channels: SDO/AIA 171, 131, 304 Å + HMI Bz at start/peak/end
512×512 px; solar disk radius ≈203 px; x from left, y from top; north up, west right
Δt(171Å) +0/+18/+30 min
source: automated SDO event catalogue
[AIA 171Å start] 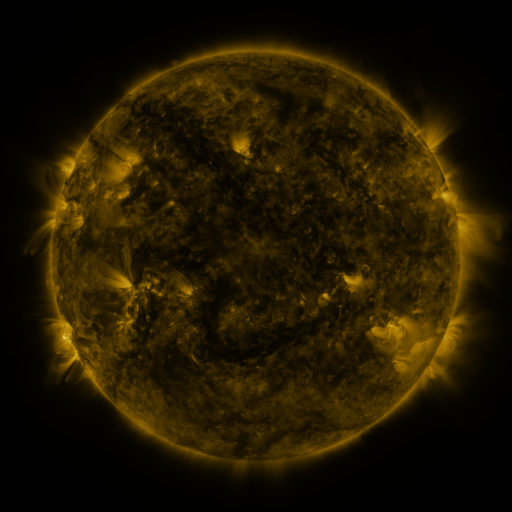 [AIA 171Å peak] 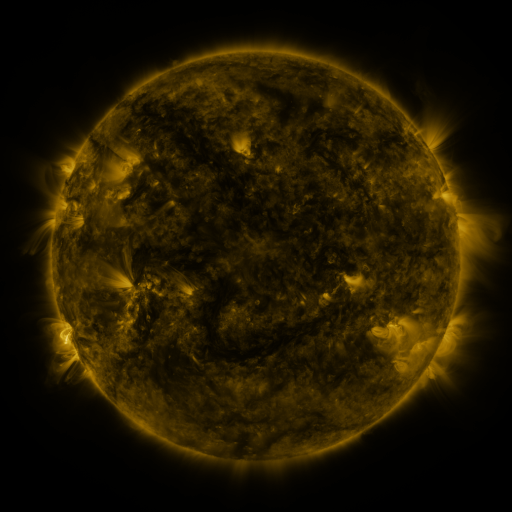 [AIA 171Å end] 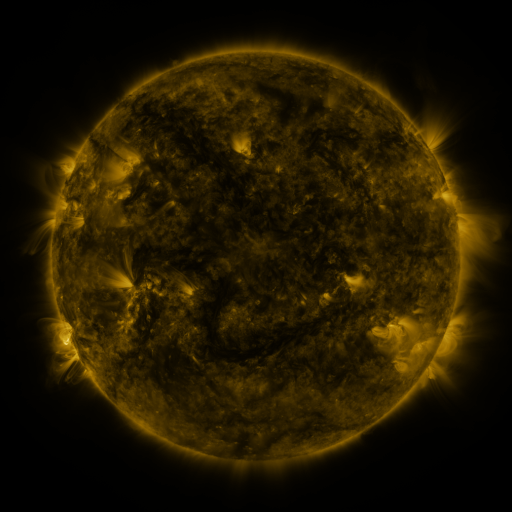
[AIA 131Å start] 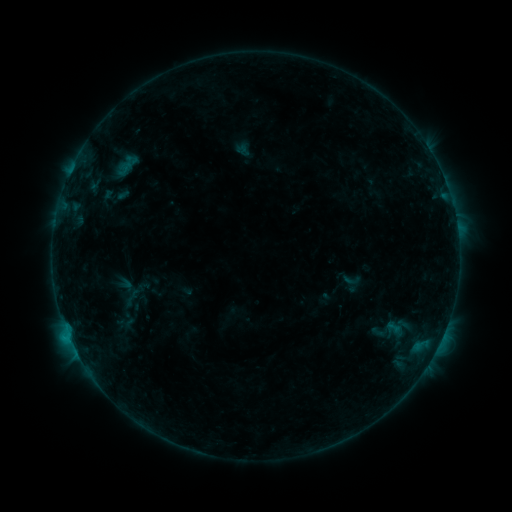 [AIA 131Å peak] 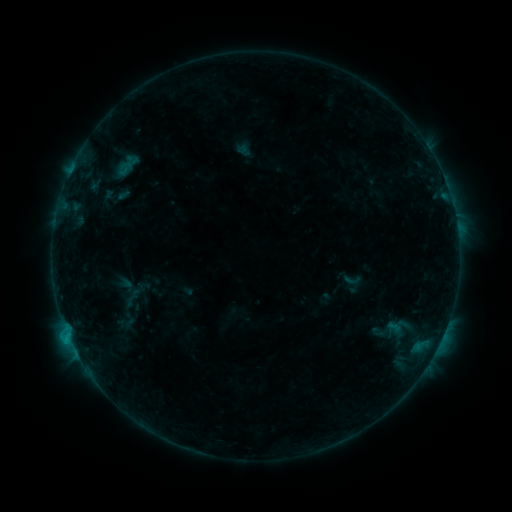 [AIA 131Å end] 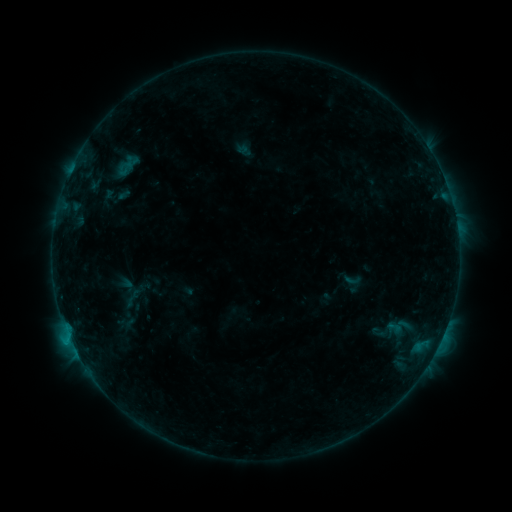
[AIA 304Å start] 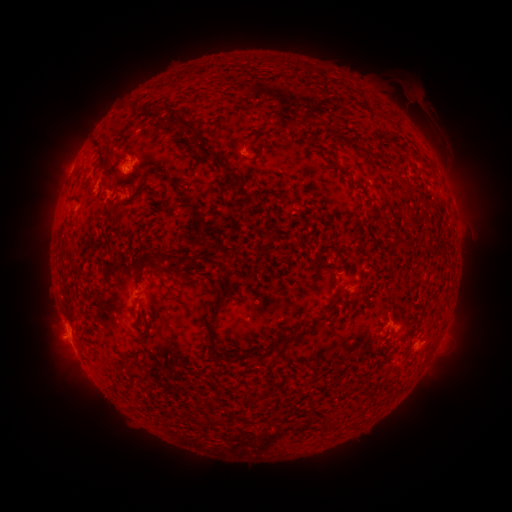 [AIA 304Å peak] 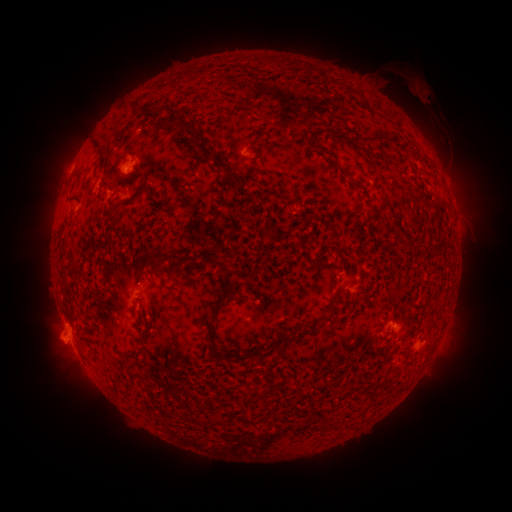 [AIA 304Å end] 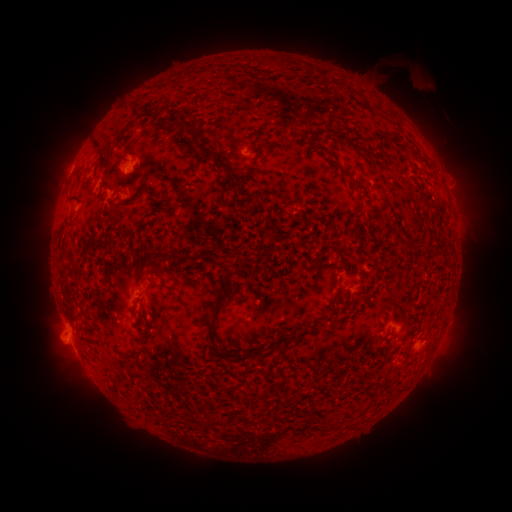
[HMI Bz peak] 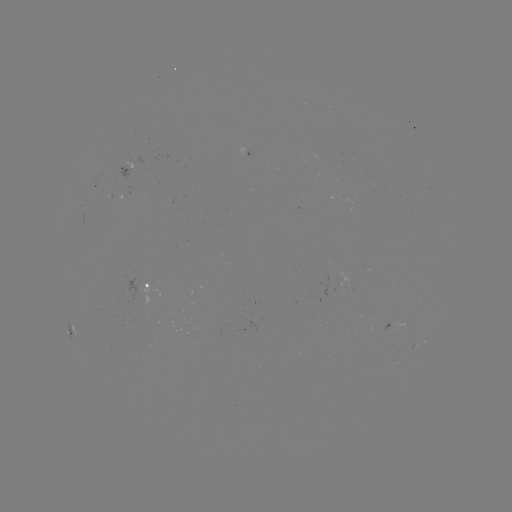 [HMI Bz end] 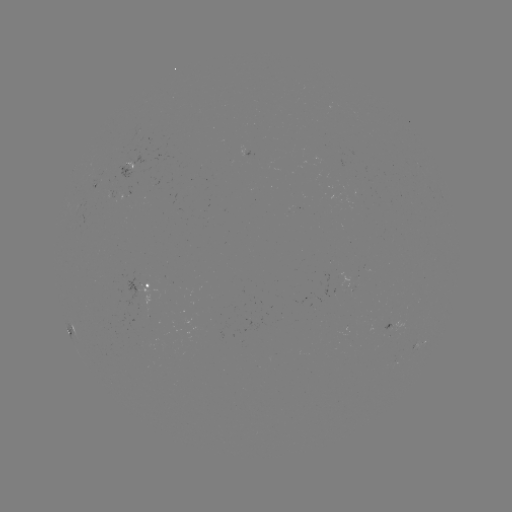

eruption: [393, 69, 447, 129]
